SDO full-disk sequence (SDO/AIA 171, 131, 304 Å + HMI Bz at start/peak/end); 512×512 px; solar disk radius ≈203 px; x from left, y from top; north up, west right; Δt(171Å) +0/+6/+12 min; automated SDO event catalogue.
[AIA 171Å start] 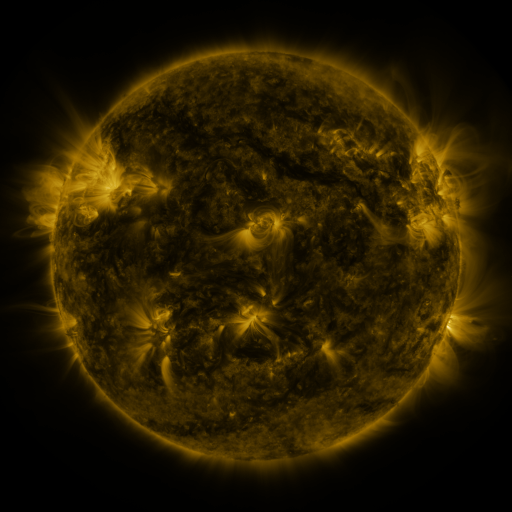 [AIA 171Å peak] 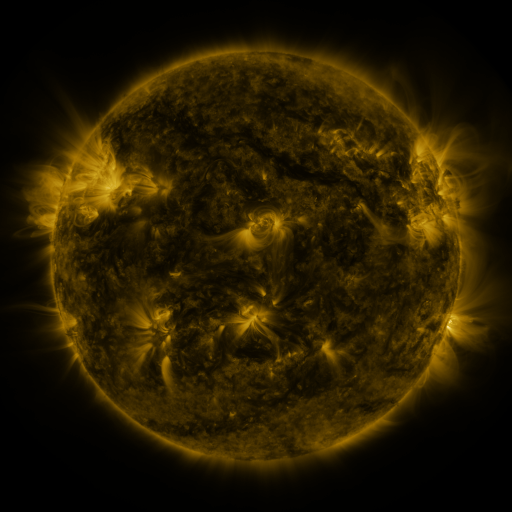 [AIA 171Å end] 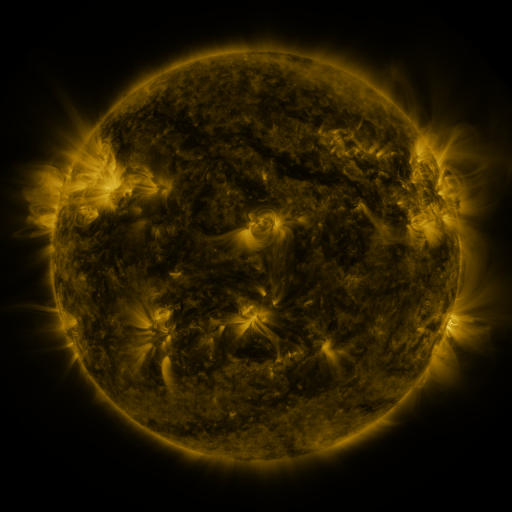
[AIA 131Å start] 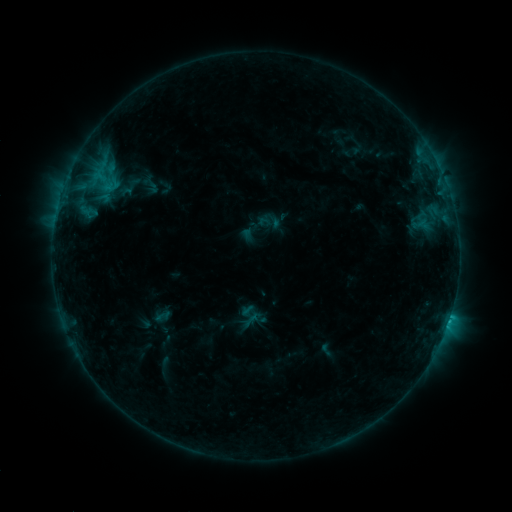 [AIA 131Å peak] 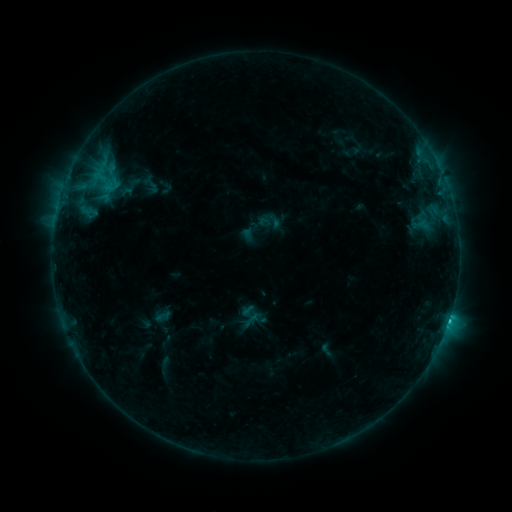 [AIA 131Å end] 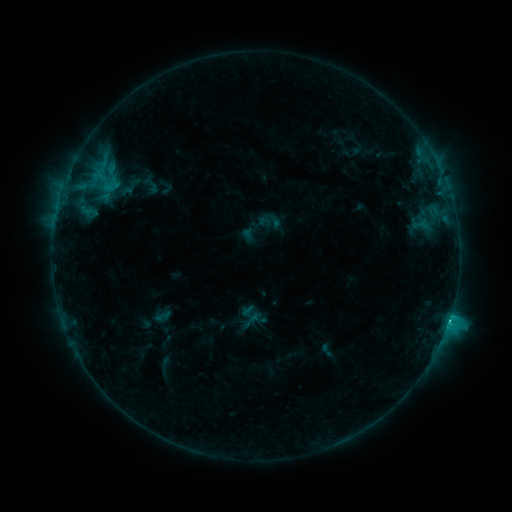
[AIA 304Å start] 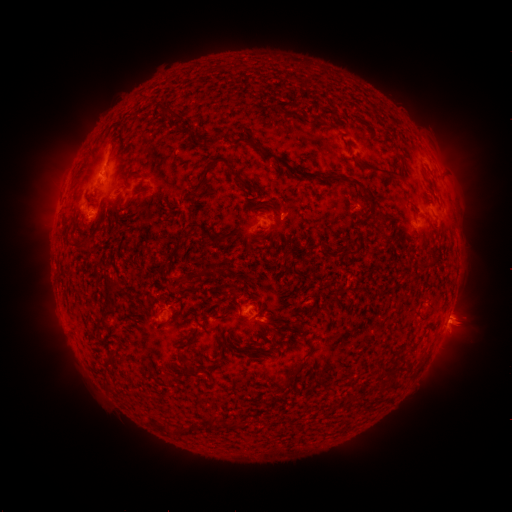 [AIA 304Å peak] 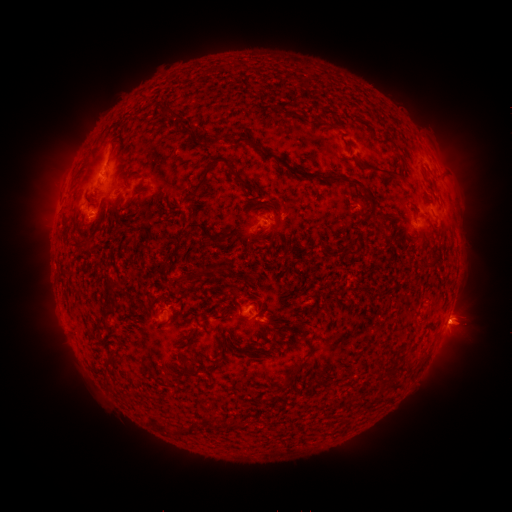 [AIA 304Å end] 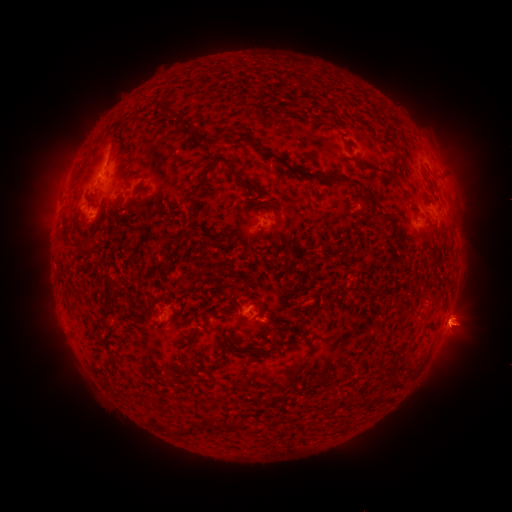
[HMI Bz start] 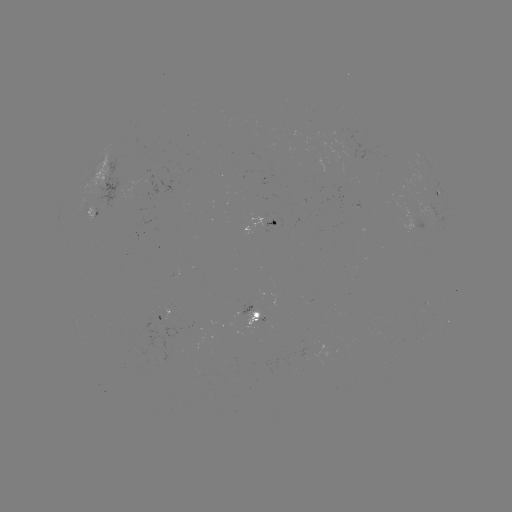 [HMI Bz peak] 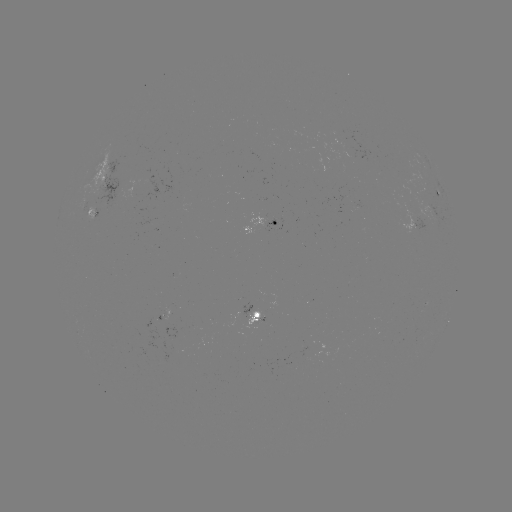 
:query eruption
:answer [465, 328]